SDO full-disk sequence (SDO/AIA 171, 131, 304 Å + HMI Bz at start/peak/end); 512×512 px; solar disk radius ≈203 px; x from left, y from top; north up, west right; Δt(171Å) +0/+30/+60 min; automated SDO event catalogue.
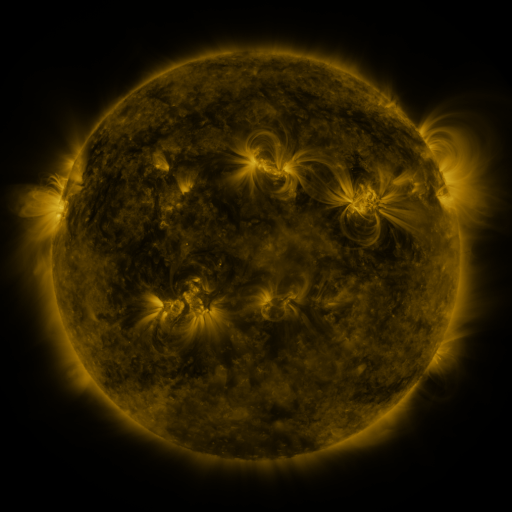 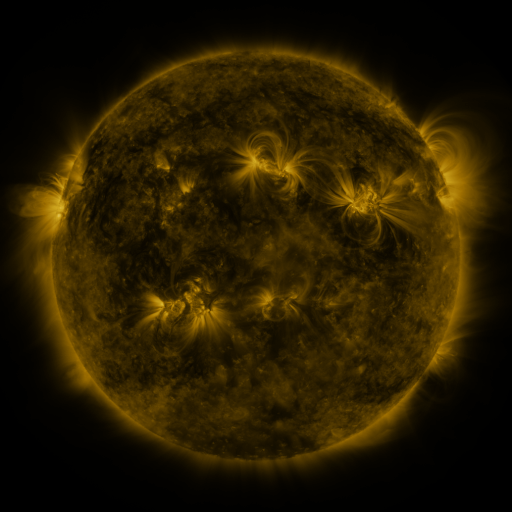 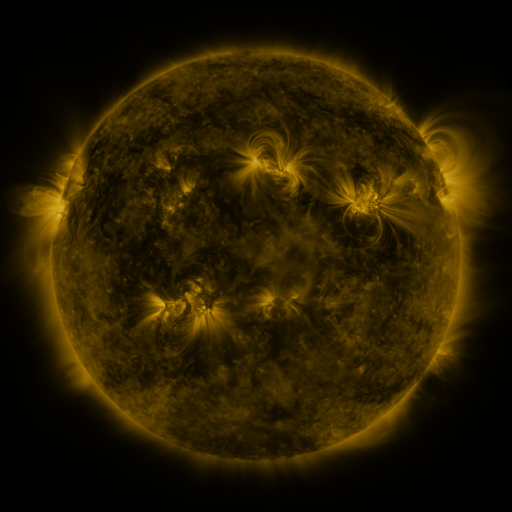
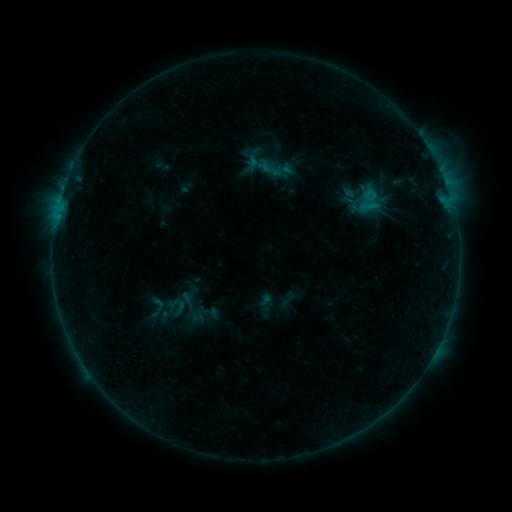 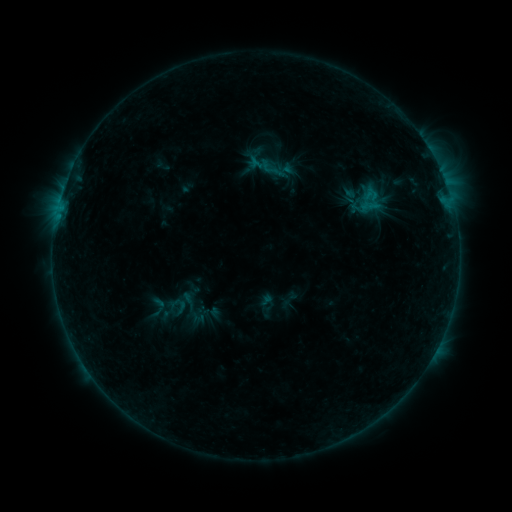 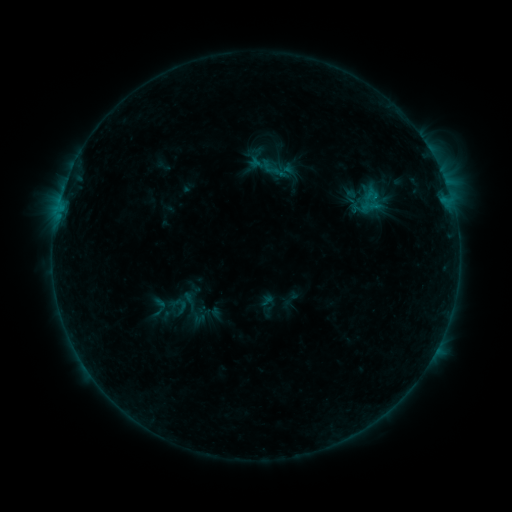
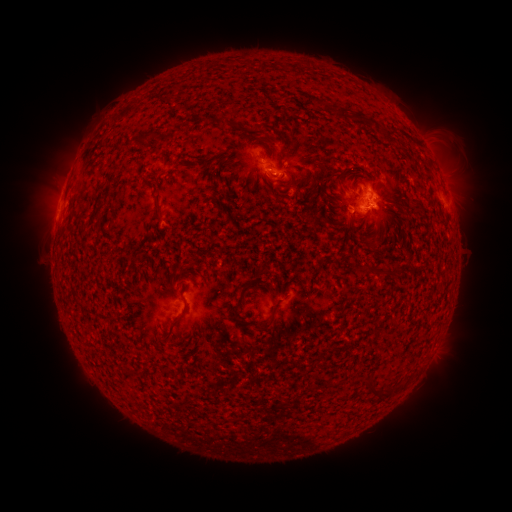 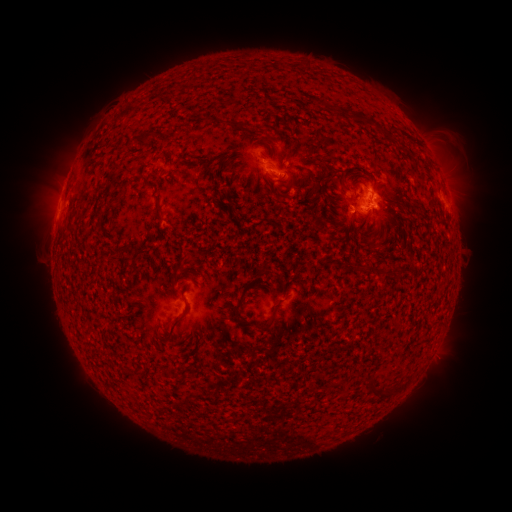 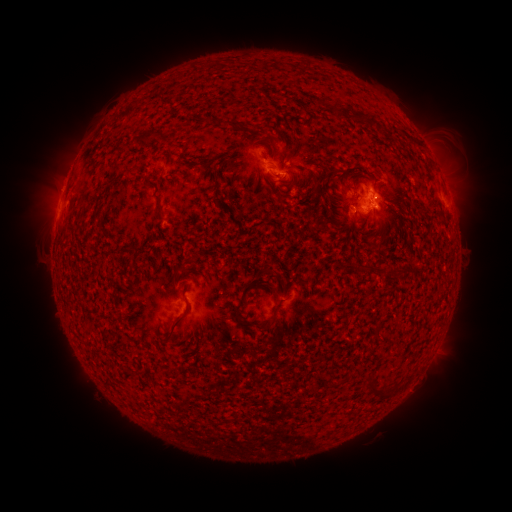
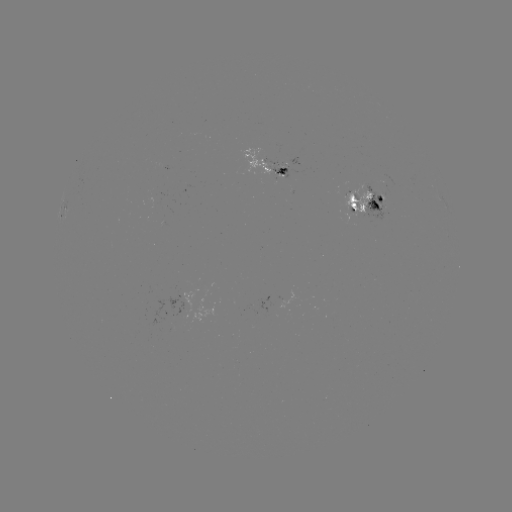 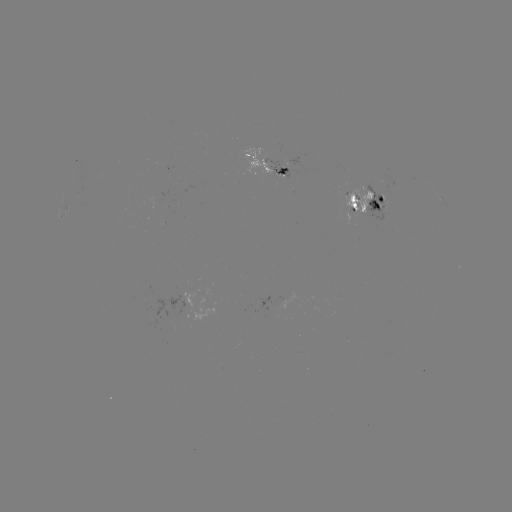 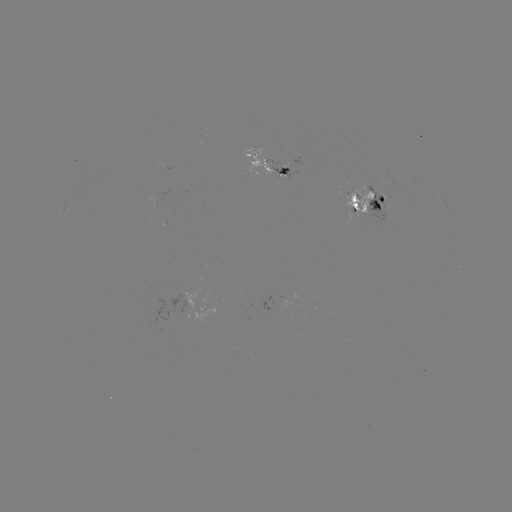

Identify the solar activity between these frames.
emerging-flux region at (363, 208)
